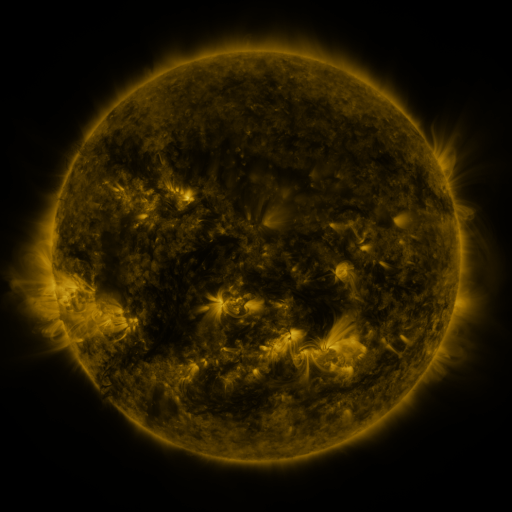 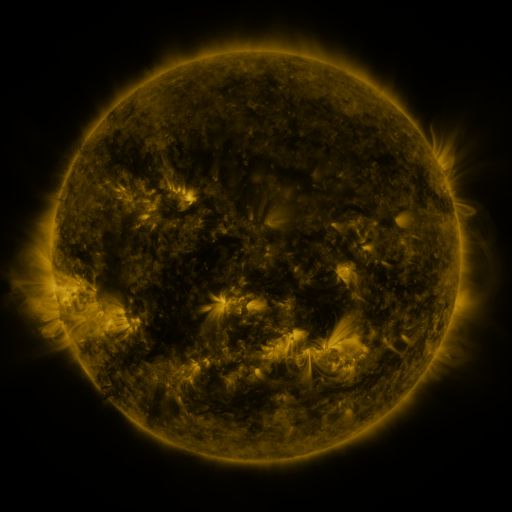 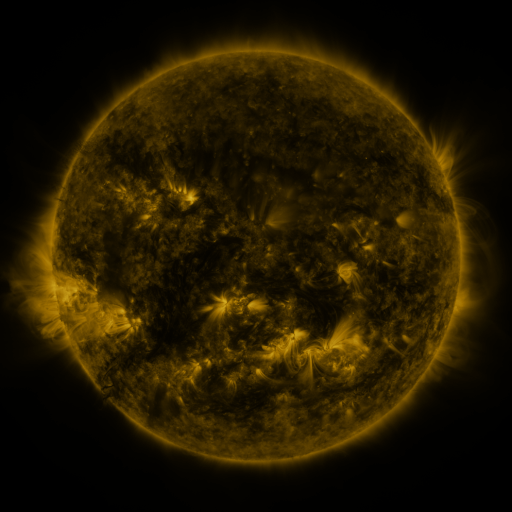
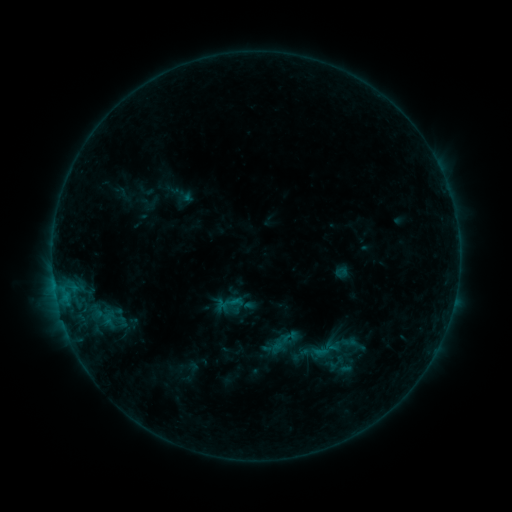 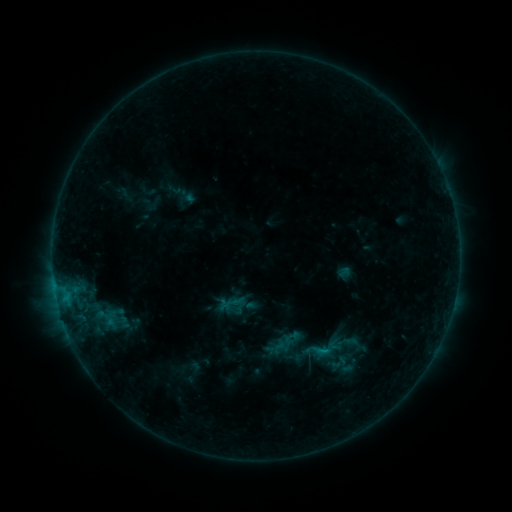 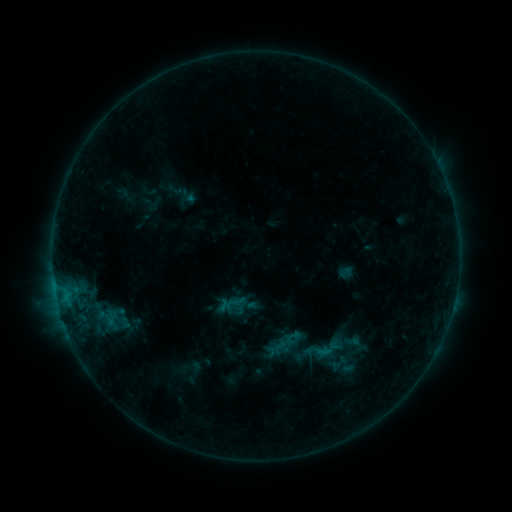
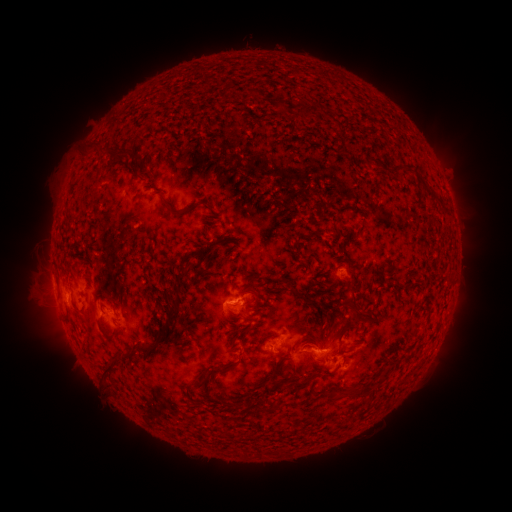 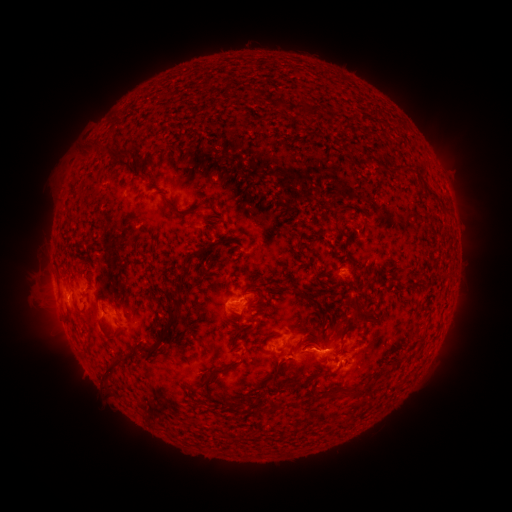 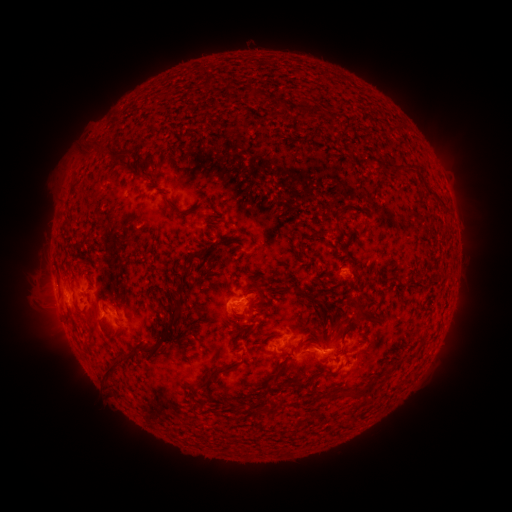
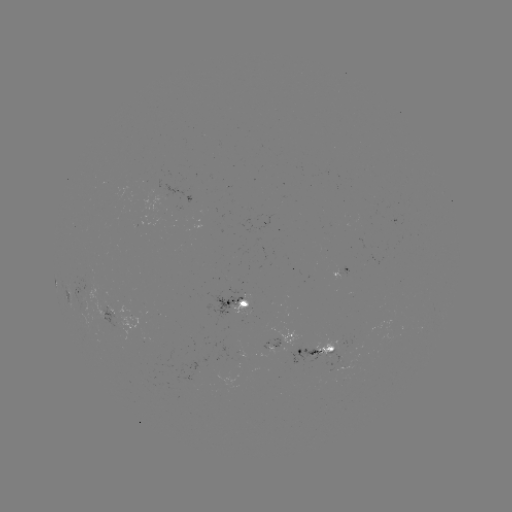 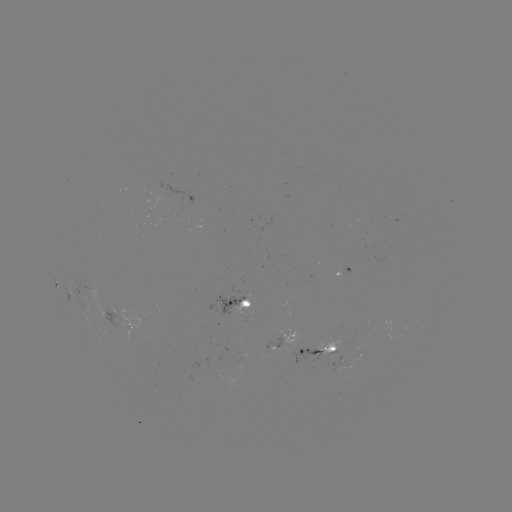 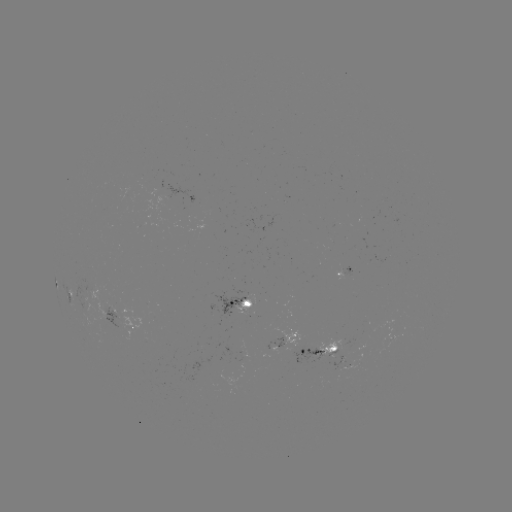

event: emerging-flux region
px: (239, 299)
